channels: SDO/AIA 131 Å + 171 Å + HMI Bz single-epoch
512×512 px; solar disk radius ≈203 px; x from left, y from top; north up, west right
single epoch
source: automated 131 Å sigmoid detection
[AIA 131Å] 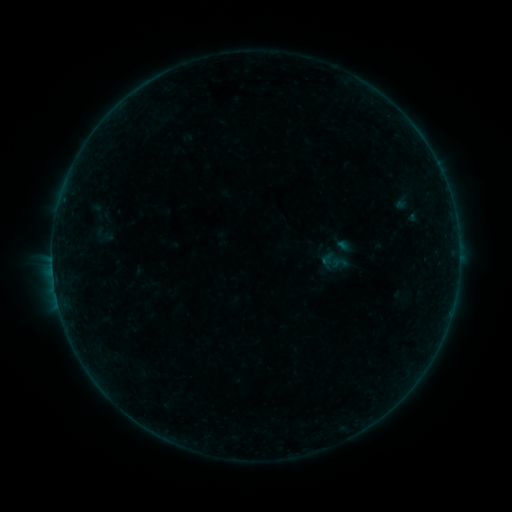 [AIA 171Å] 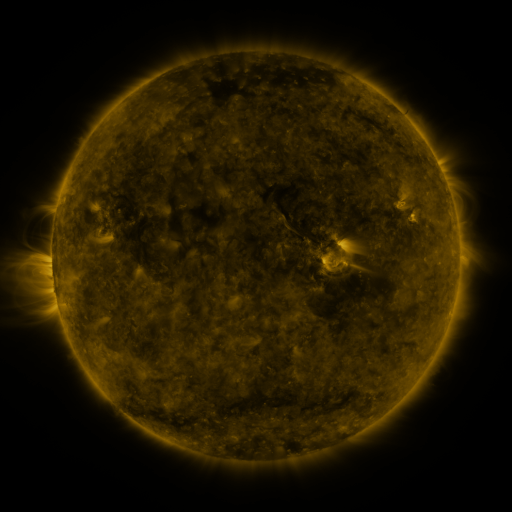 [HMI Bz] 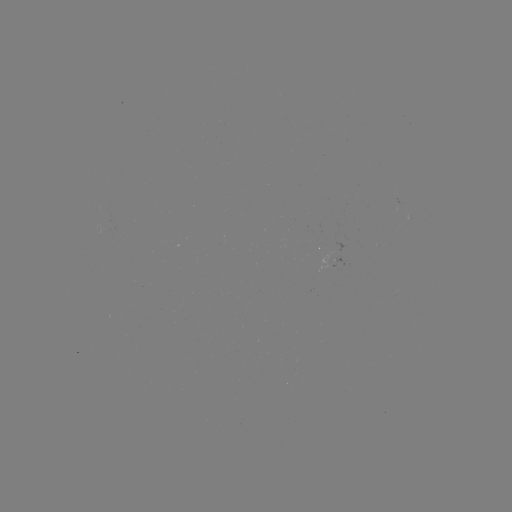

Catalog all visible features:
sigmoid: (102, 234)
